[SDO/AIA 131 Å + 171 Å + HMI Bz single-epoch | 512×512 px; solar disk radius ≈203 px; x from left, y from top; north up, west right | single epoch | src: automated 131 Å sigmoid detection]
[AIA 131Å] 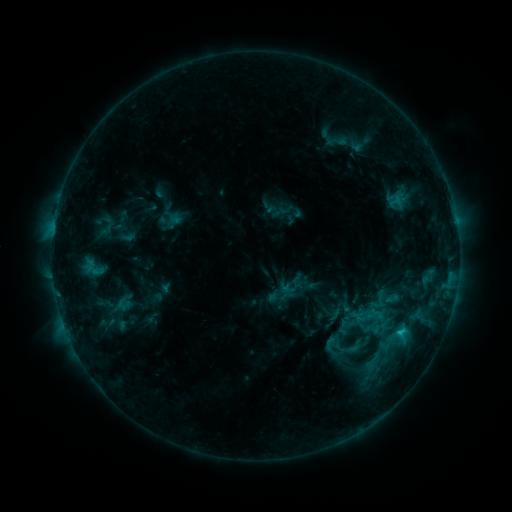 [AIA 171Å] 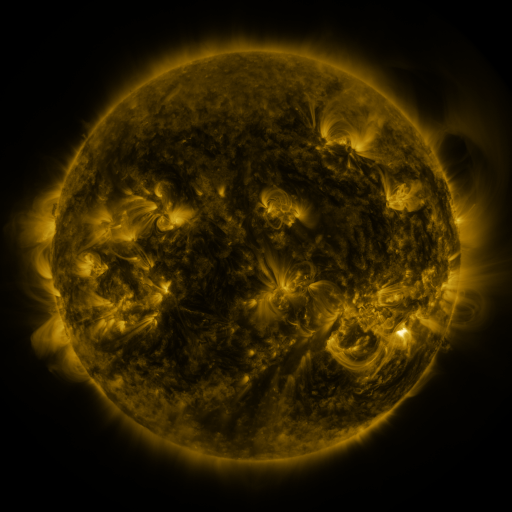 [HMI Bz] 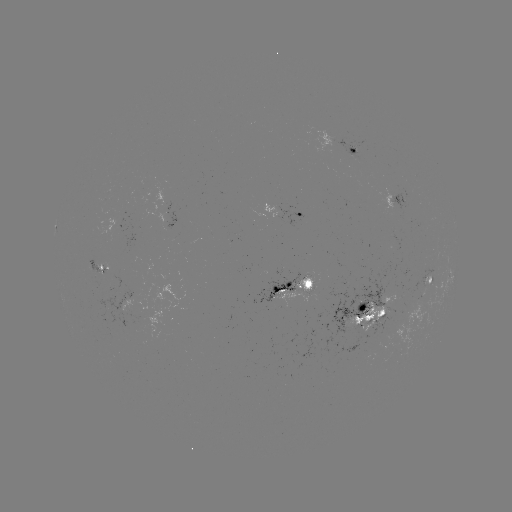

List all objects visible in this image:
sigmoid: (93, 269)
sigmoid: (379, 307)
sigmoid: (347, 323)
sigmoid: (373, 362)
